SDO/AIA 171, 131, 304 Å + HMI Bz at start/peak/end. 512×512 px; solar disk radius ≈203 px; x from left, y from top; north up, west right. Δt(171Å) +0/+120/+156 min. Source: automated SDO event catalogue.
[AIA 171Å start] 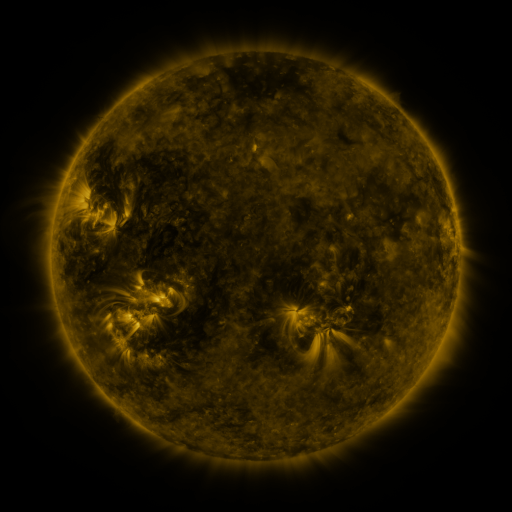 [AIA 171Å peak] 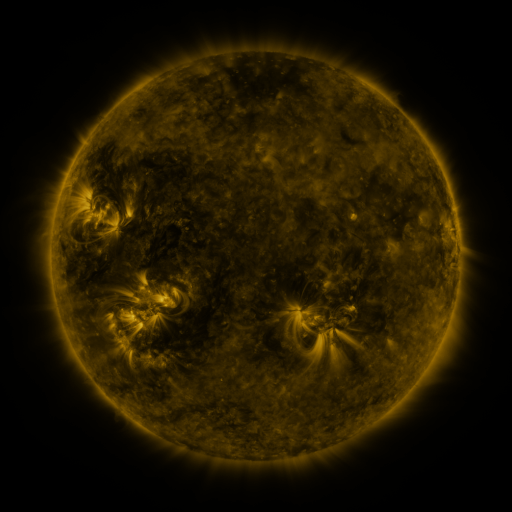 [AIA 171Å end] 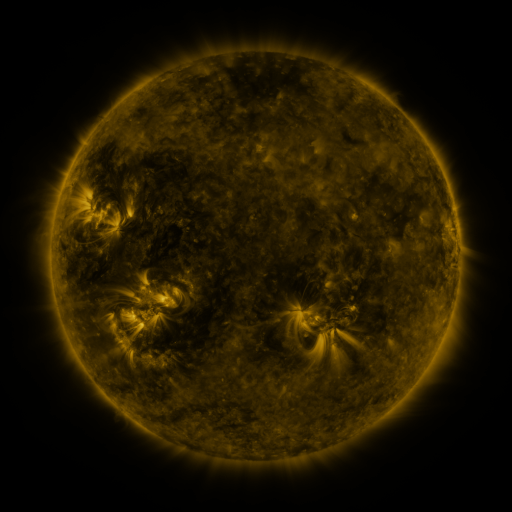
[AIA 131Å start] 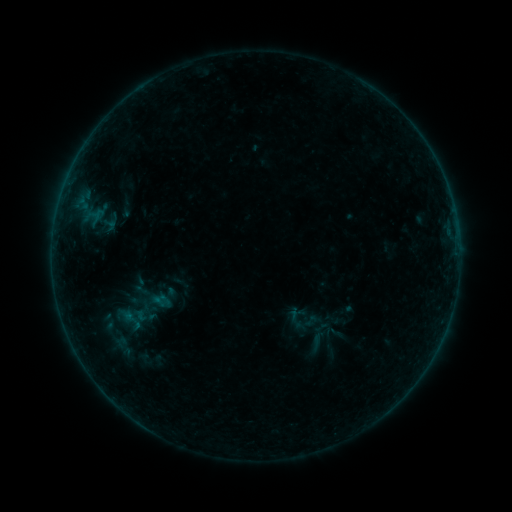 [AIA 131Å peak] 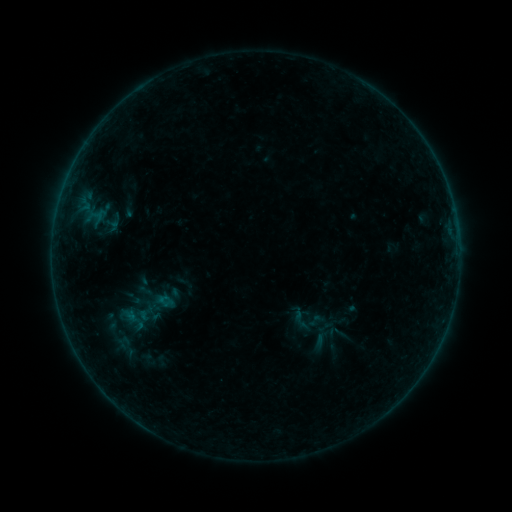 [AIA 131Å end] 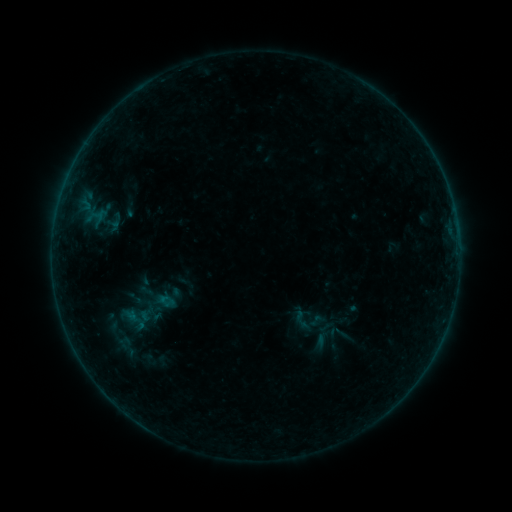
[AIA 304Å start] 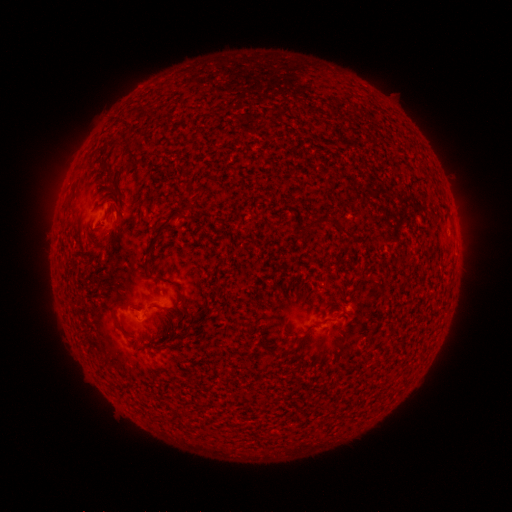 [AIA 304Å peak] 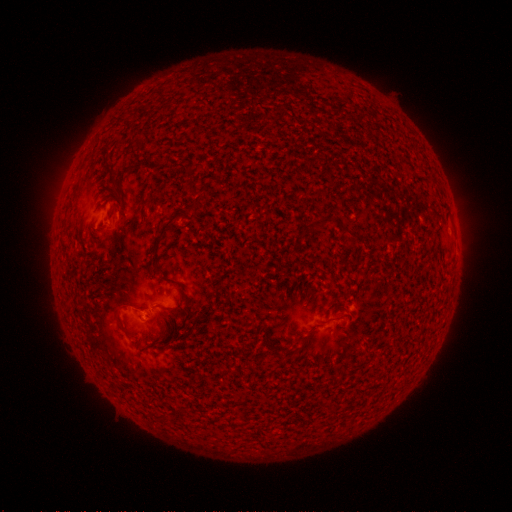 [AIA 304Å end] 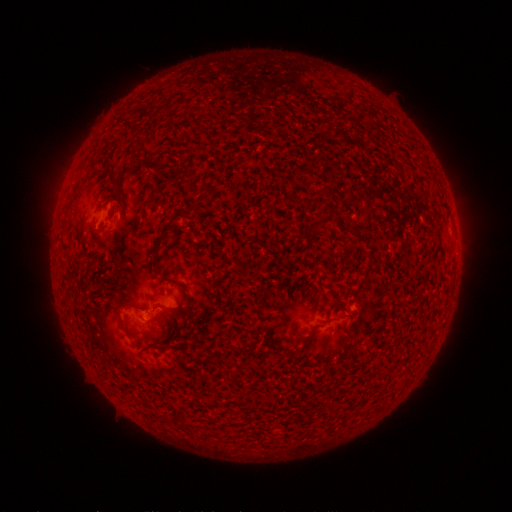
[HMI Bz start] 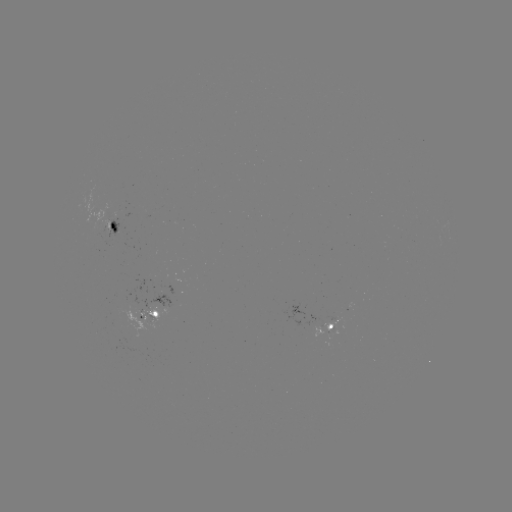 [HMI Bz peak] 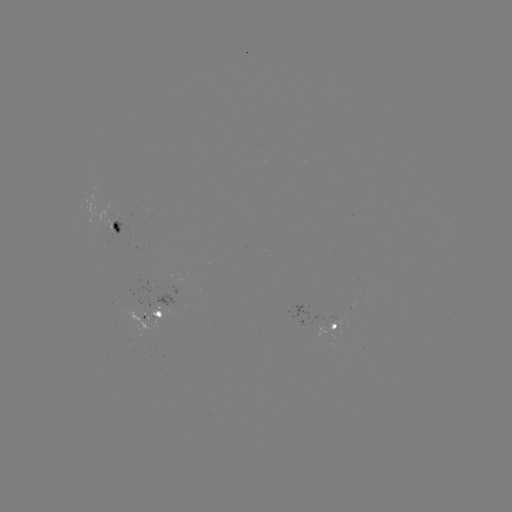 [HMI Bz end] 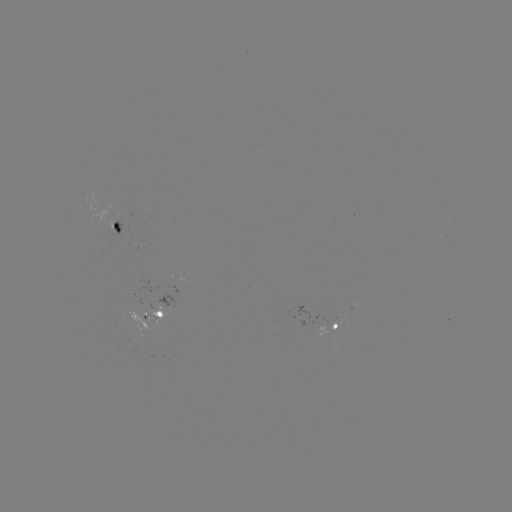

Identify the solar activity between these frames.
emerging-flux region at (334, 328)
